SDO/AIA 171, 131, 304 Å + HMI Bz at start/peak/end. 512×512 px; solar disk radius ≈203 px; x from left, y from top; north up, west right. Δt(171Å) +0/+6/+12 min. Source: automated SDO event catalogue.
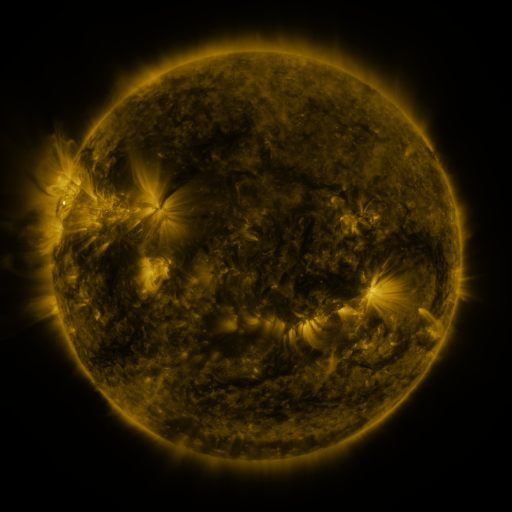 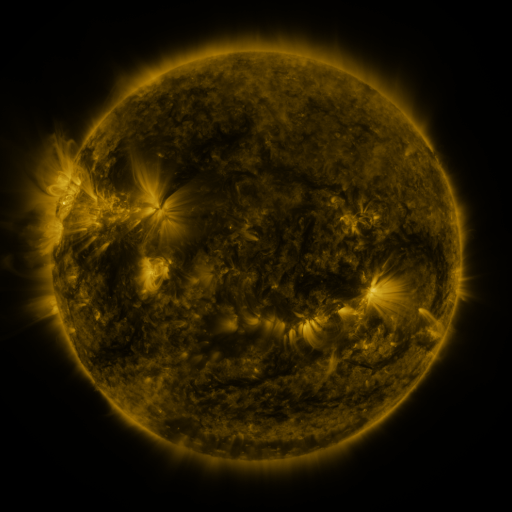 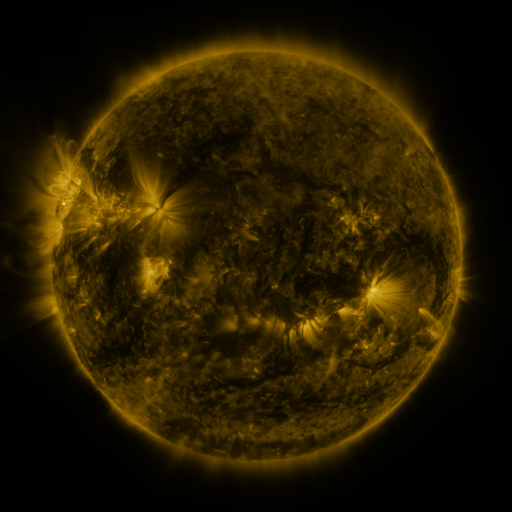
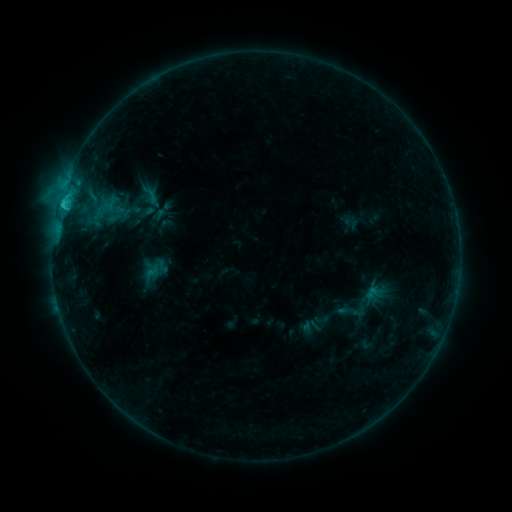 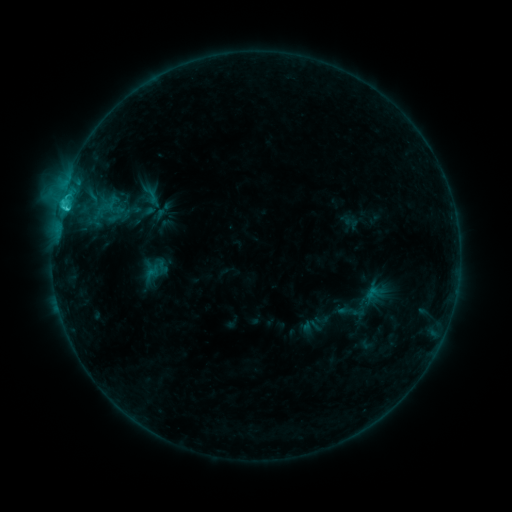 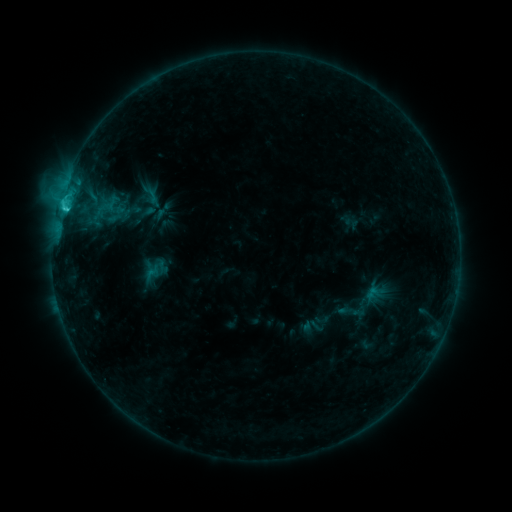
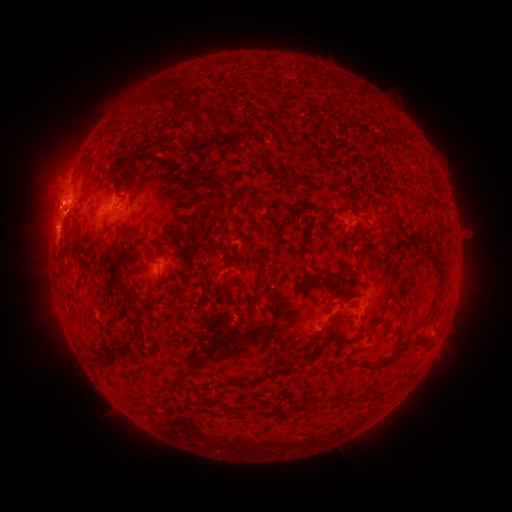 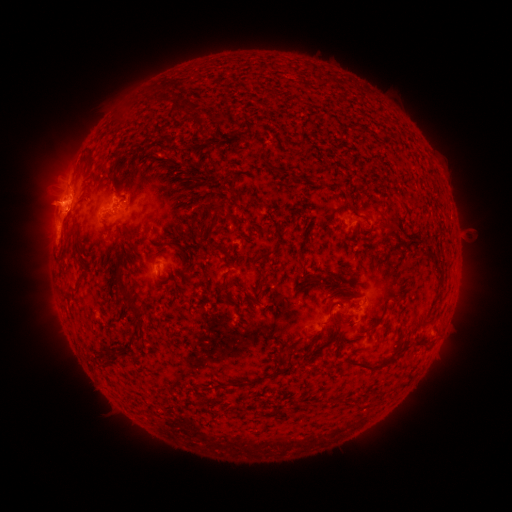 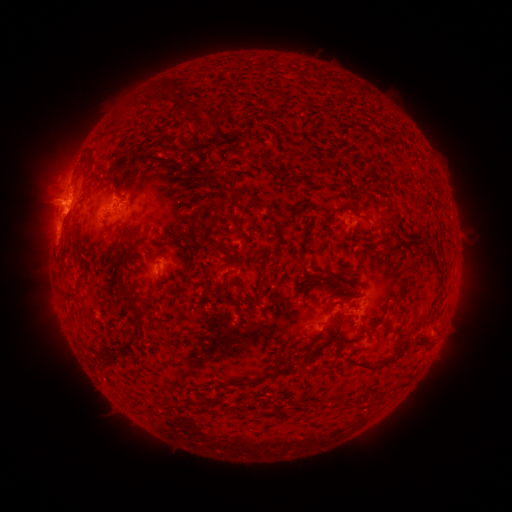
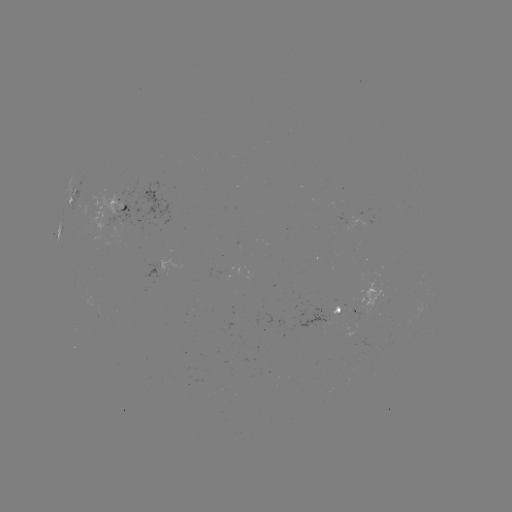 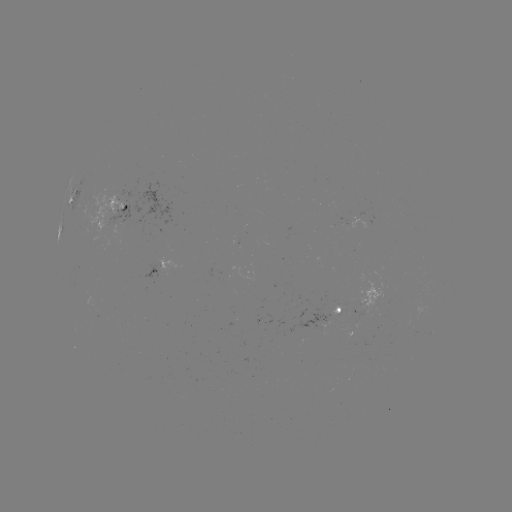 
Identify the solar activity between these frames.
eruption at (55, 204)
